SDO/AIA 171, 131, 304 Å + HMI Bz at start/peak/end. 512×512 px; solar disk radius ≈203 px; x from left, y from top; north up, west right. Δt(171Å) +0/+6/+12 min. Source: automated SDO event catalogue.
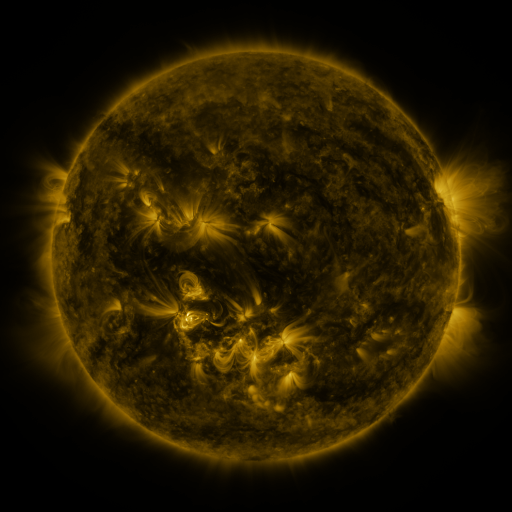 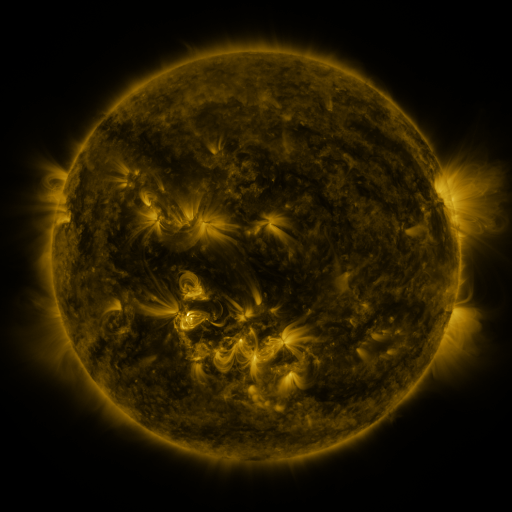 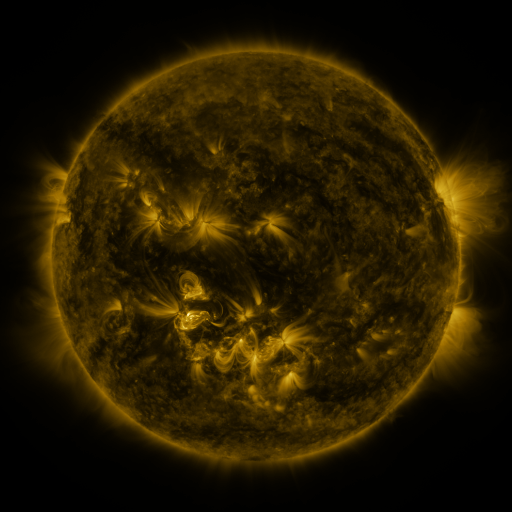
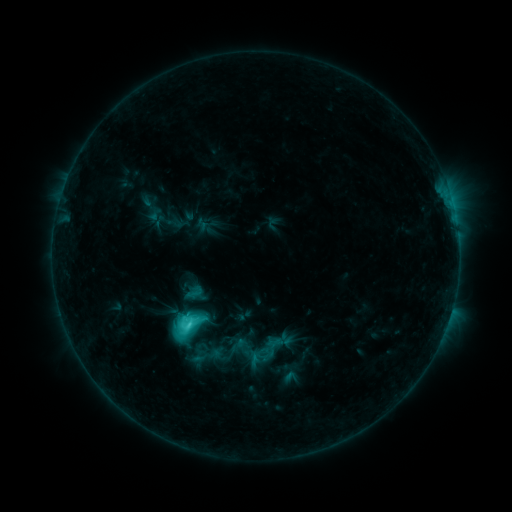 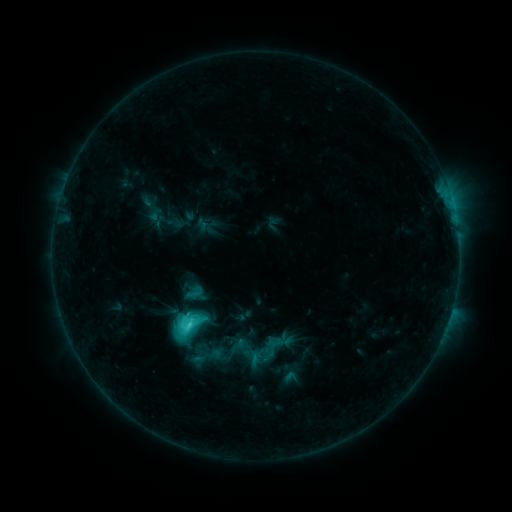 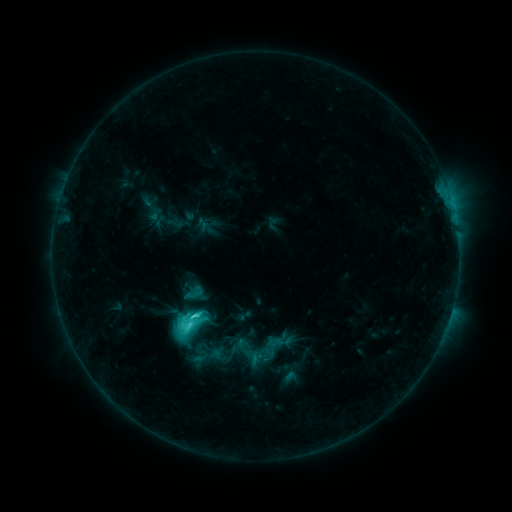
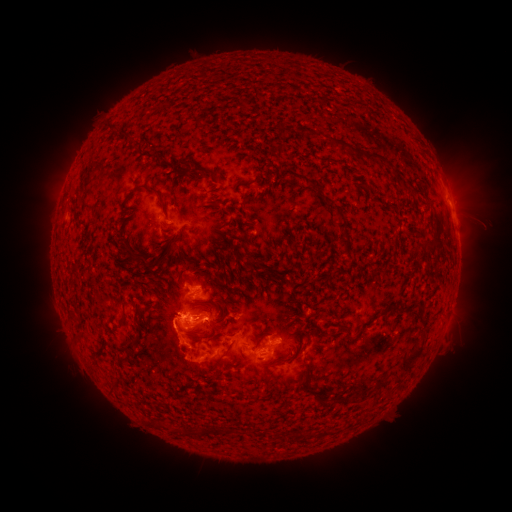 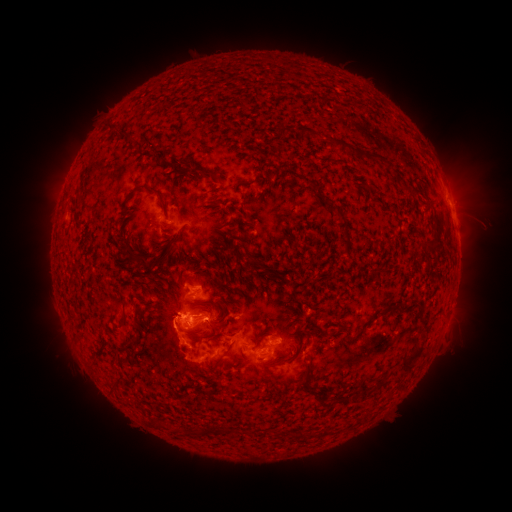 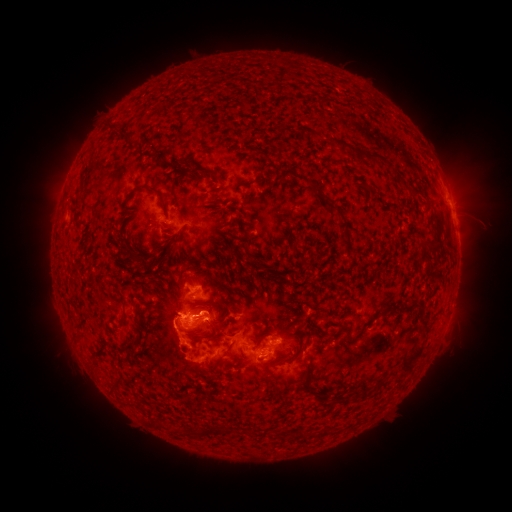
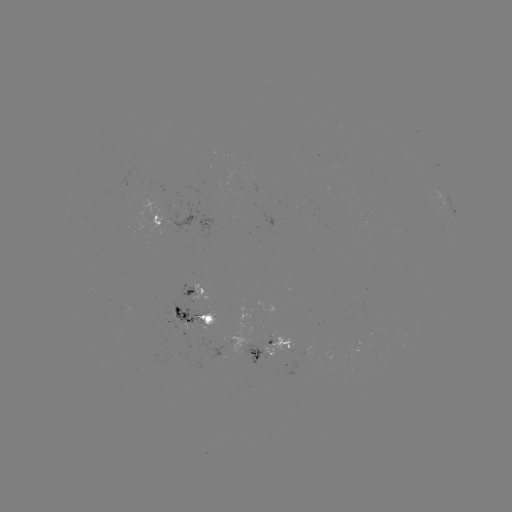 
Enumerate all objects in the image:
C6.2 flare: (190, 325)
